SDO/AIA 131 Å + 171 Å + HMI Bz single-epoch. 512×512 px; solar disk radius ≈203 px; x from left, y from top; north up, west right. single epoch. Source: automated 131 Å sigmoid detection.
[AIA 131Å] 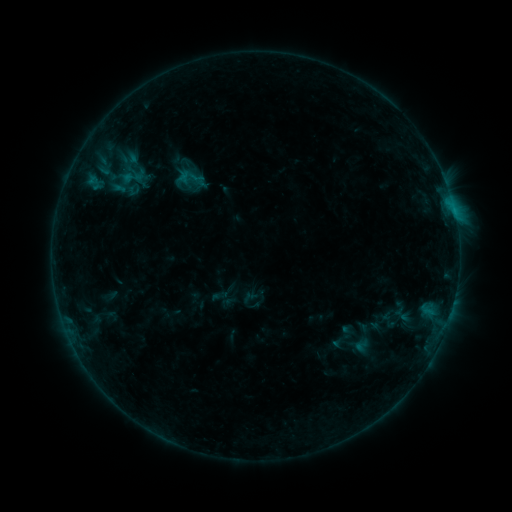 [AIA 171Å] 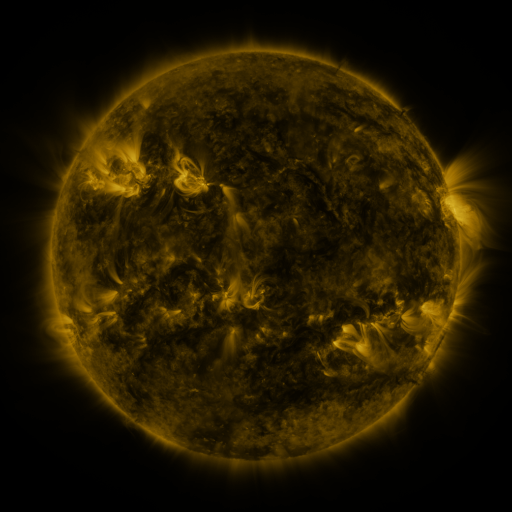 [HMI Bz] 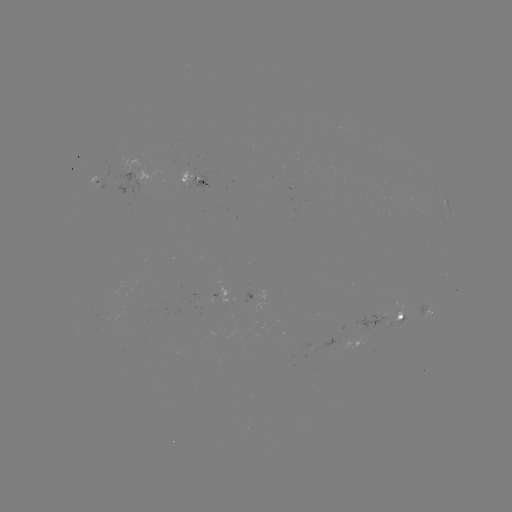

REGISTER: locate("sigmoid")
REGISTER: [134, 179]